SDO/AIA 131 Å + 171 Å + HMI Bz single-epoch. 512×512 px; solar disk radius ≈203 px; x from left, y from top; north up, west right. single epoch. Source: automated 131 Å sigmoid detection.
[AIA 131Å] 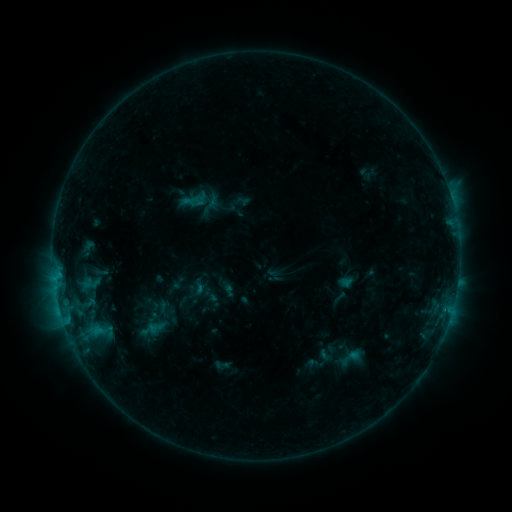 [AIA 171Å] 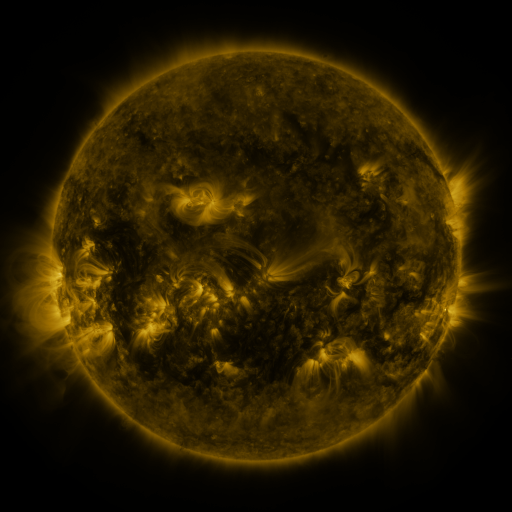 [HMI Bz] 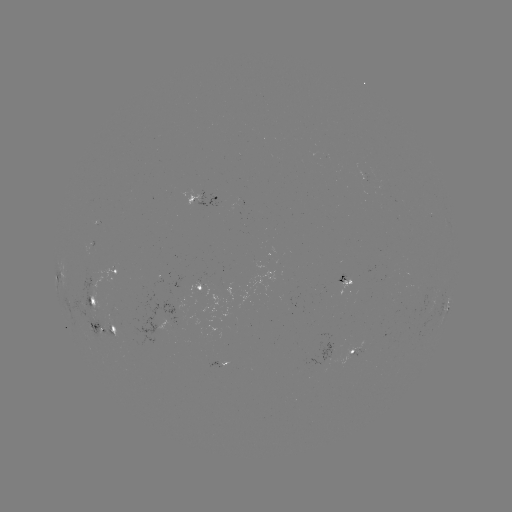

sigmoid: <bbox>188, 278, 209, 296</bbox>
